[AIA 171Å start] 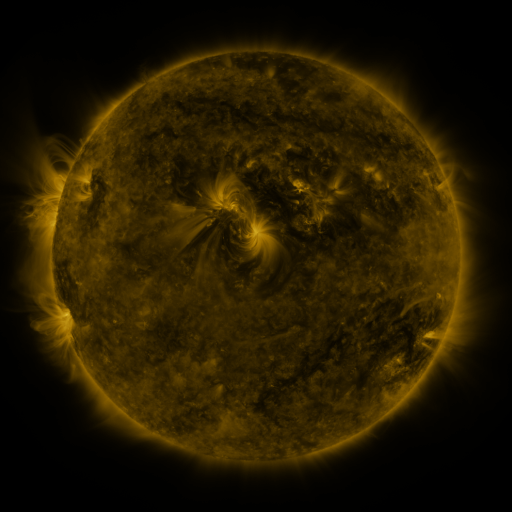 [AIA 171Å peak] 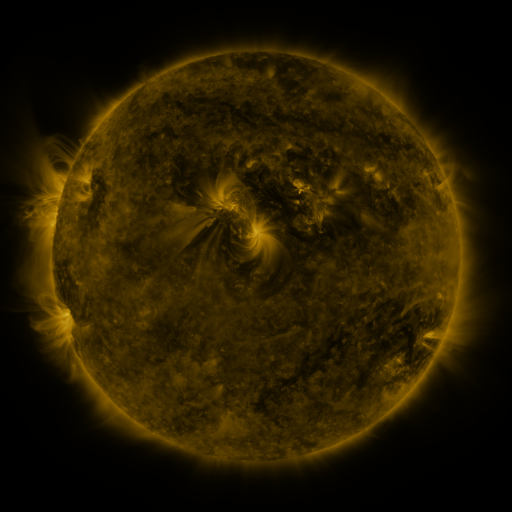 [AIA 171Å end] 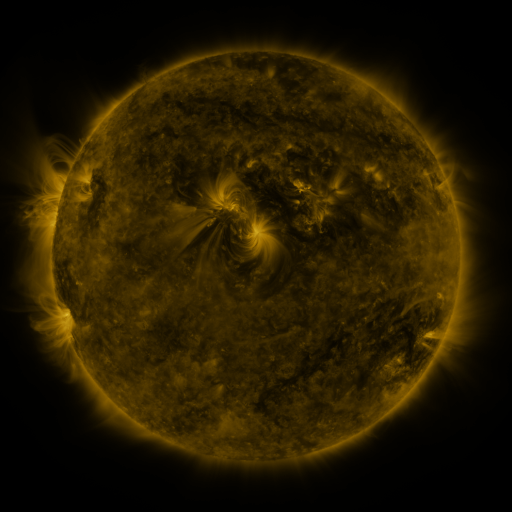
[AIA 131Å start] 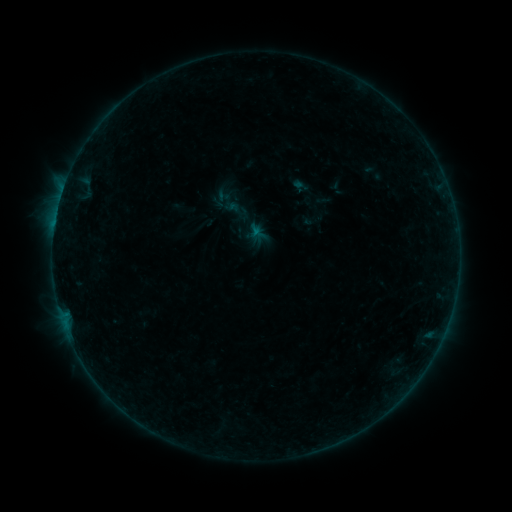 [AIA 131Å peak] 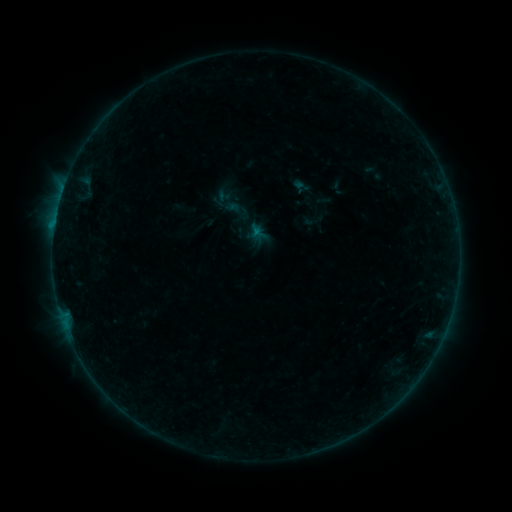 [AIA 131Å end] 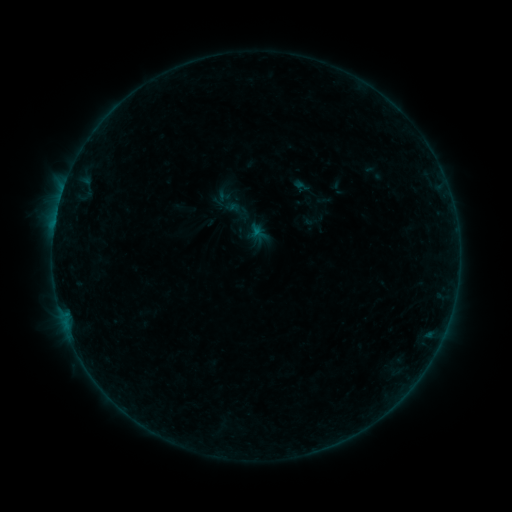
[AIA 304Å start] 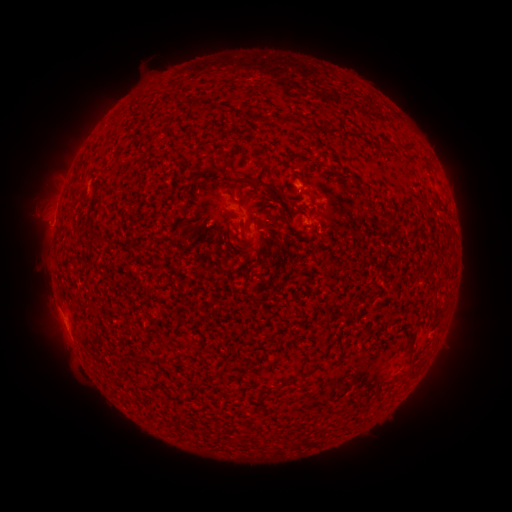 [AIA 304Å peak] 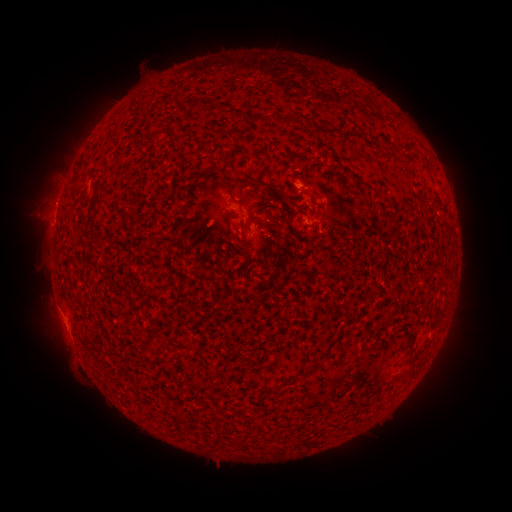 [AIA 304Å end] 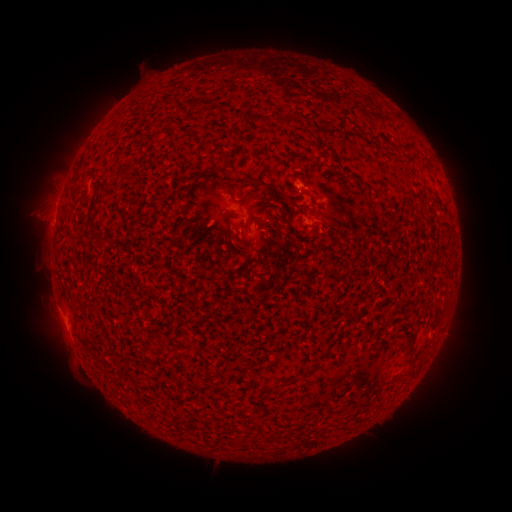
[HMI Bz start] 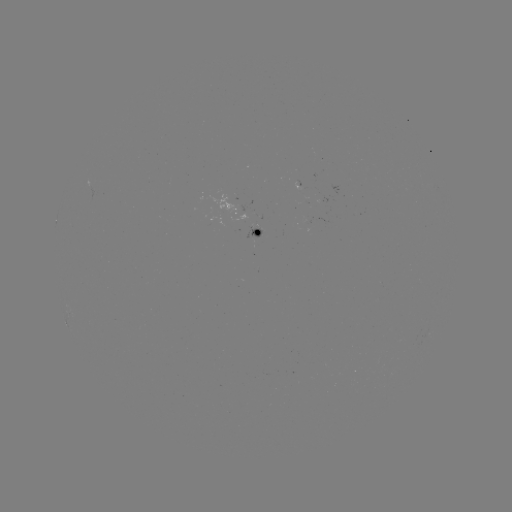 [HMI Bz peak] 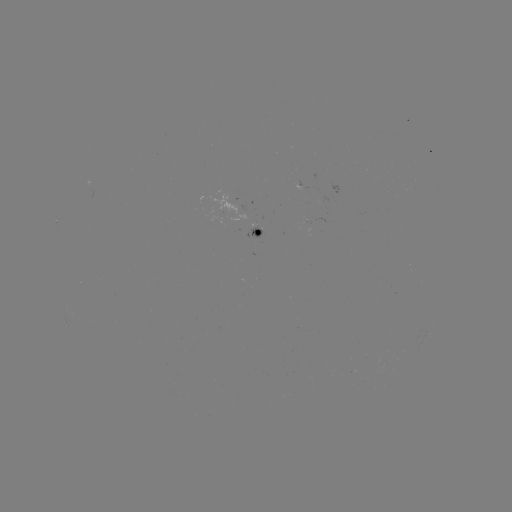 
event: flare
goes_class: B2.5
